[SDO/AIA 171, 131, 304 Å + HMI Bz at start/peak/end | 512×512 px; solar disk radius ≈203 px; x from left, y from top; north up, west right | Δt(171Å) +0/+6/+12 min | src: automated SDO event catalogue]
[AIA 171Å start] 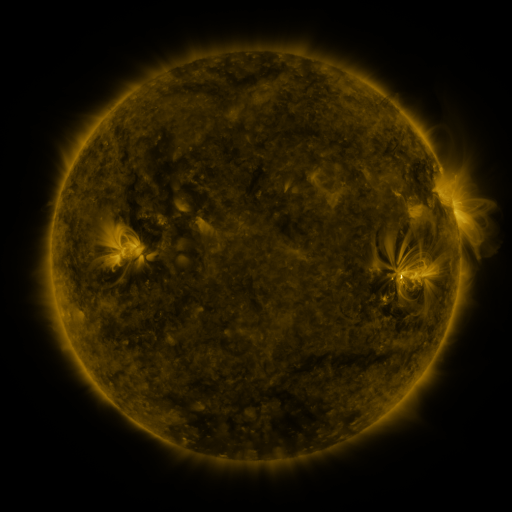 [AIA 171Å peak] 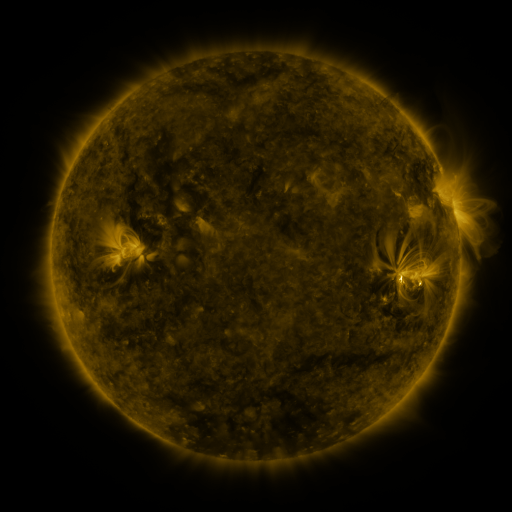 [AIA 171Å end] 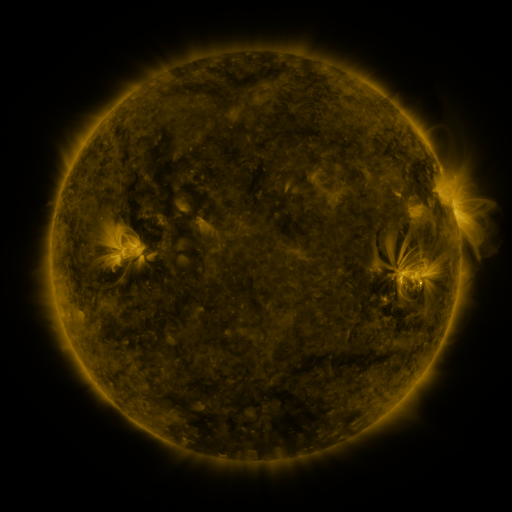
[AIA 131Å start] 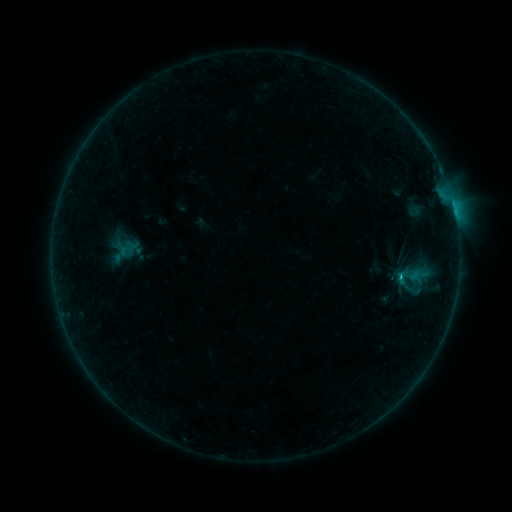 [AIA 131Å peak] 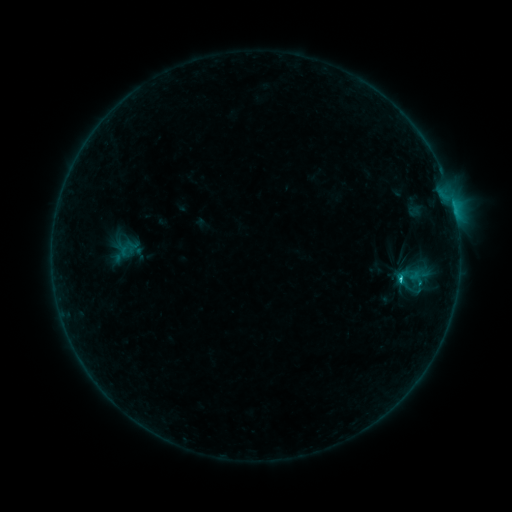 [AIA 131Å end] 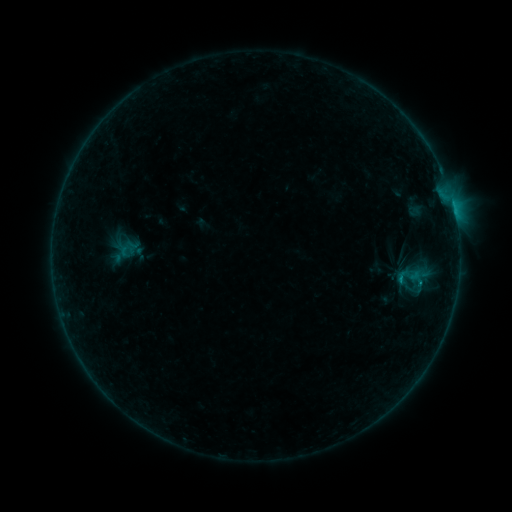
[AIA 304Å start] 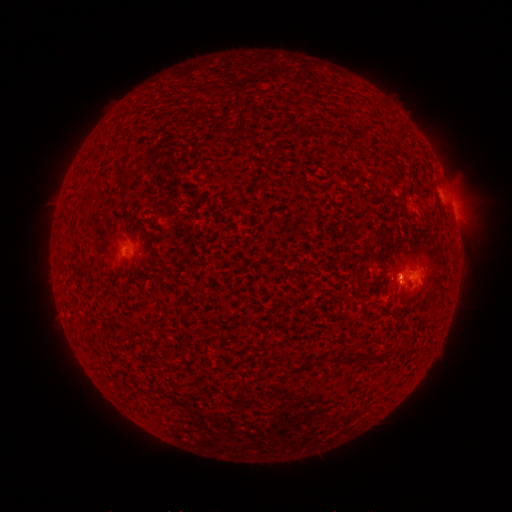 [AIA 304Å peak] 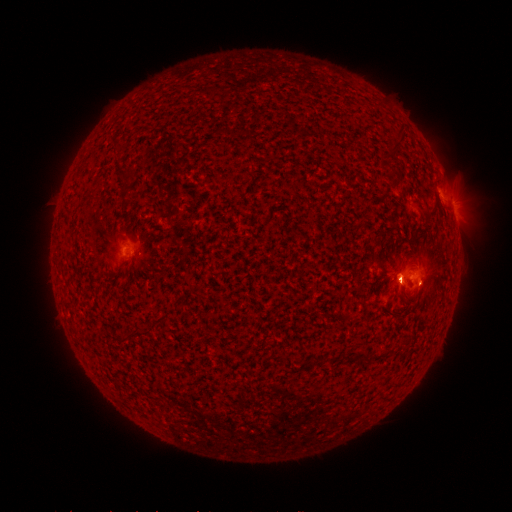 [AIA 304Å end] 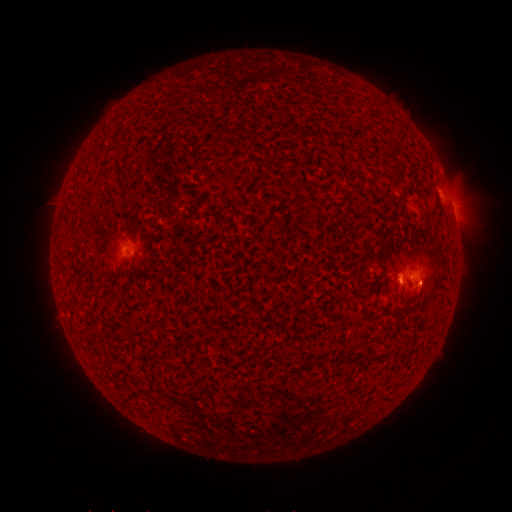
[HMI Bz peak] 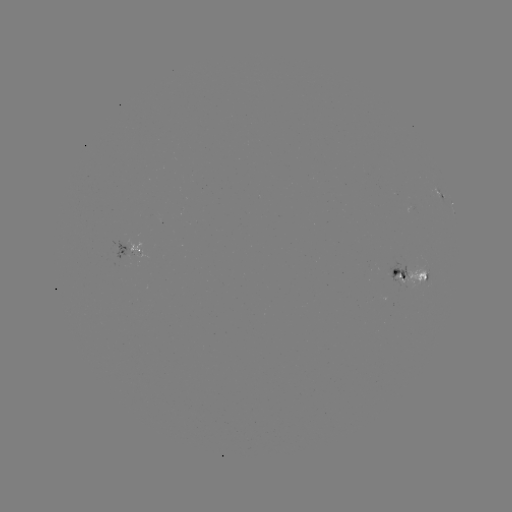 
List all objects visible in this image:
B9.9 flare: (399, 279)
